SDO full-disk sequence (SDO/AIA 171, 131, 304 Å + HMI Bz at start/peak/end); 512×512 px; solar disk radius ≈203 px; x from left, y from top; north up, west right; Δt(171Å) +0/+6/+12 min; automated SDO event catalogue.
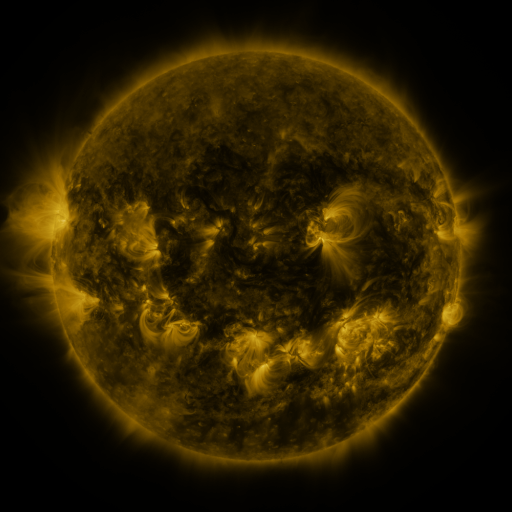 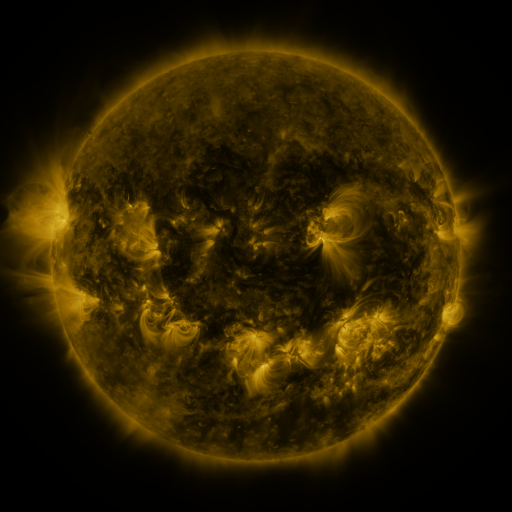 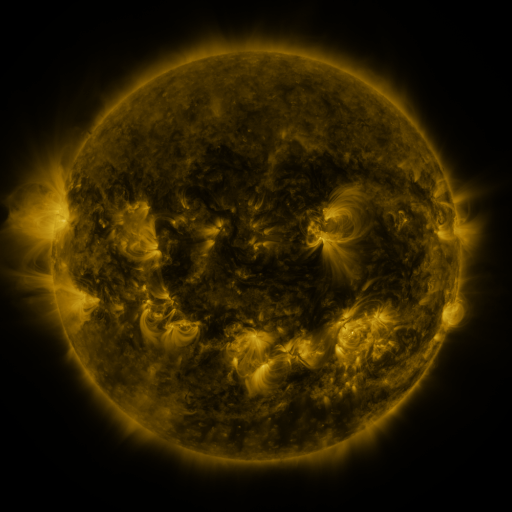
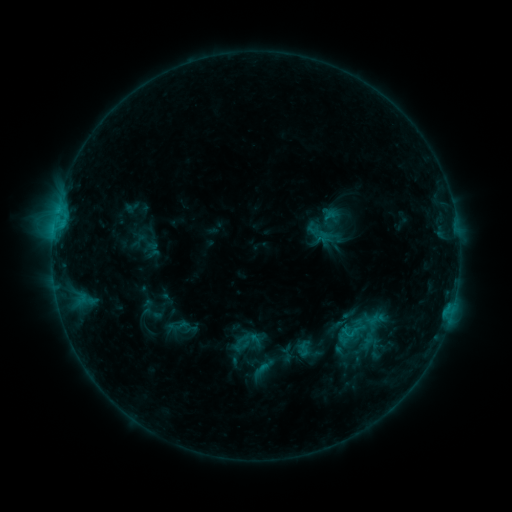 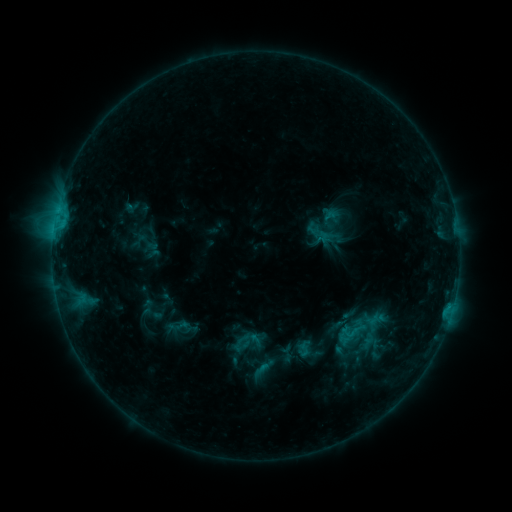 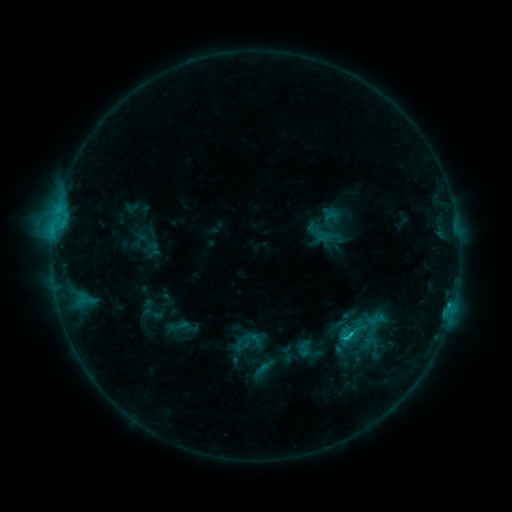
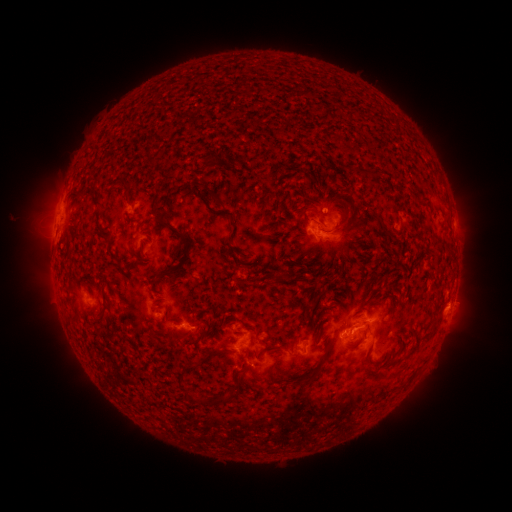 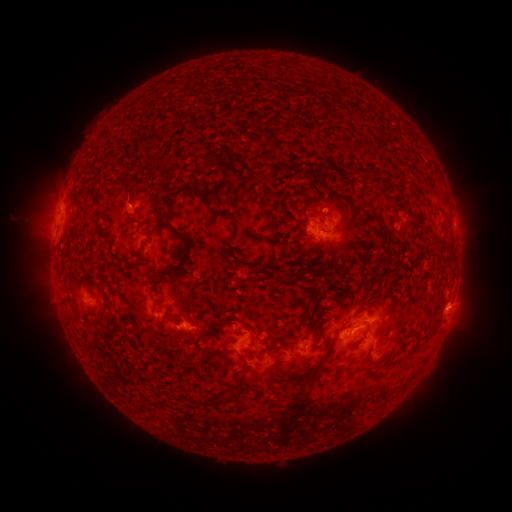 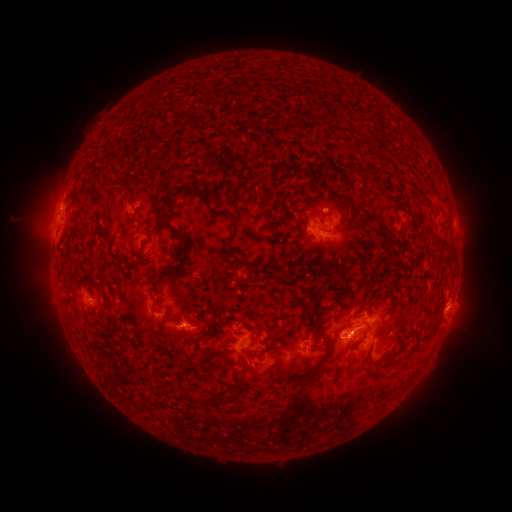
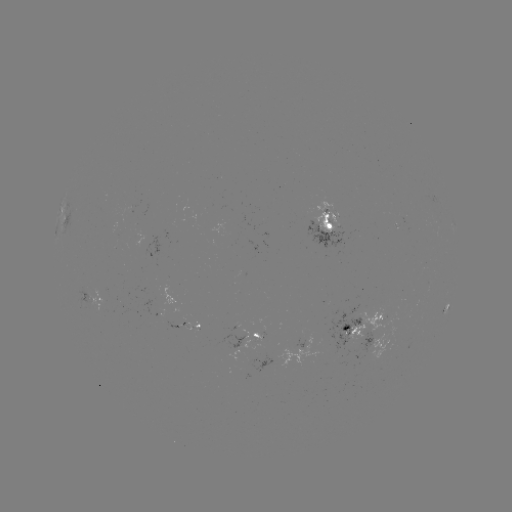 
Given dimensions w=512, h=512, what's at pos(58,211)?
C1.4 flare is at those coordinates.